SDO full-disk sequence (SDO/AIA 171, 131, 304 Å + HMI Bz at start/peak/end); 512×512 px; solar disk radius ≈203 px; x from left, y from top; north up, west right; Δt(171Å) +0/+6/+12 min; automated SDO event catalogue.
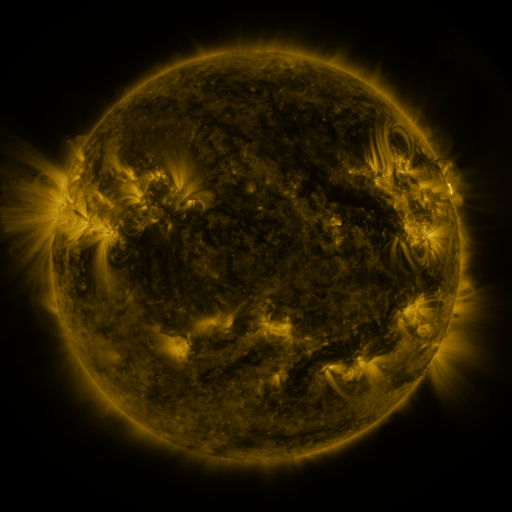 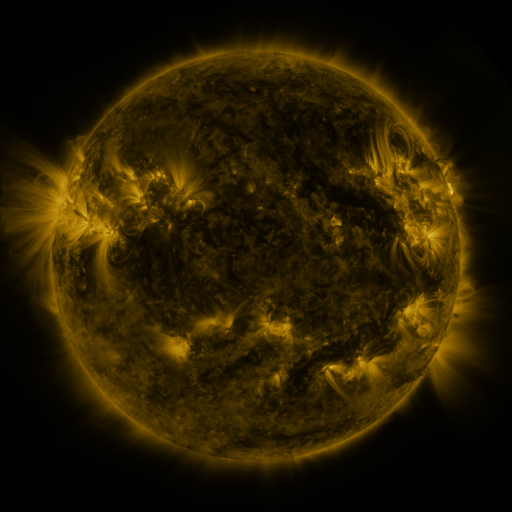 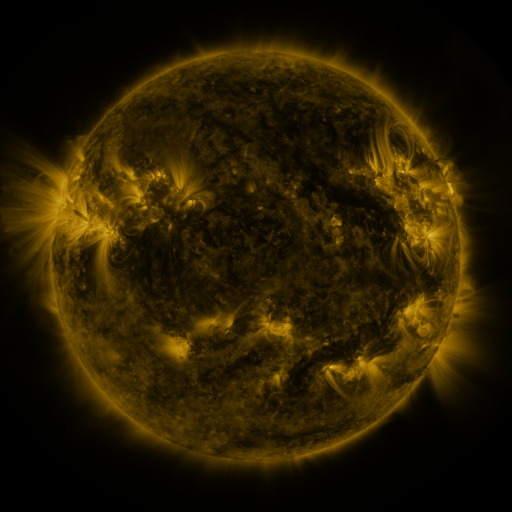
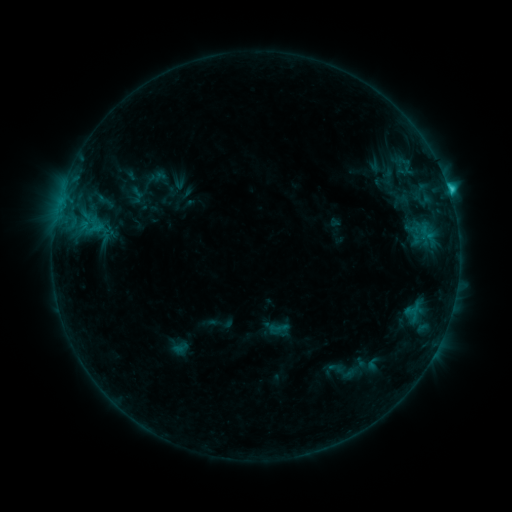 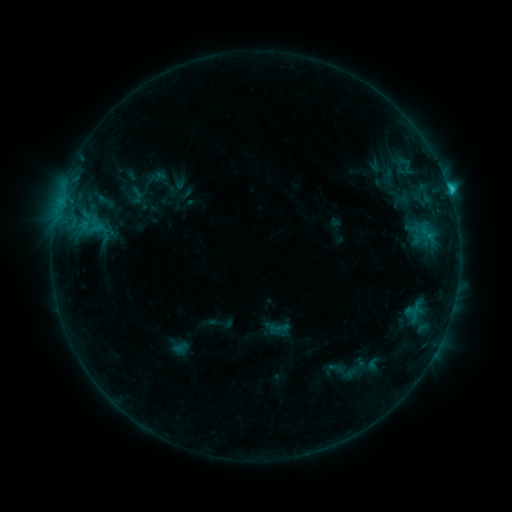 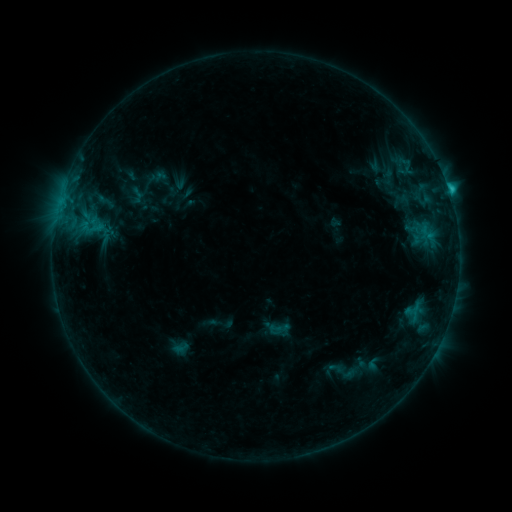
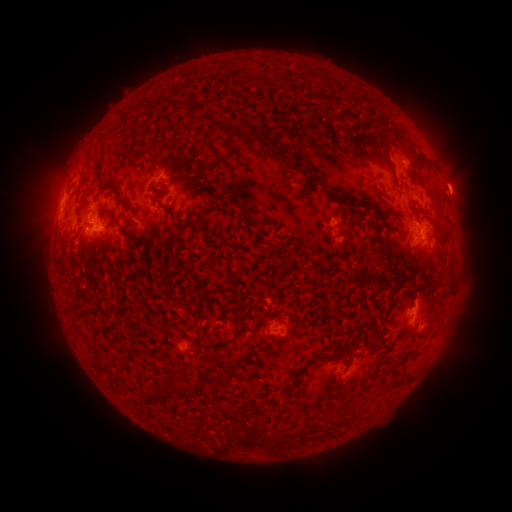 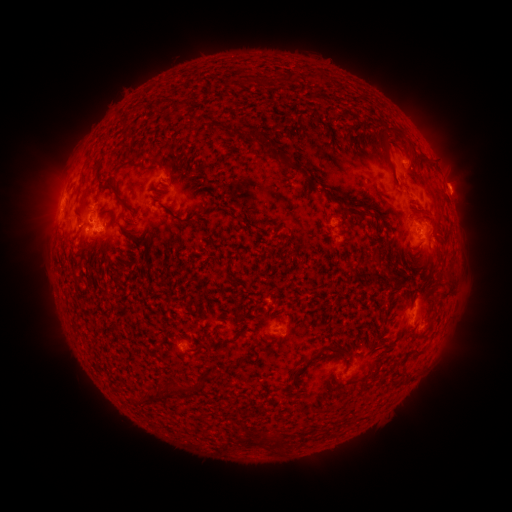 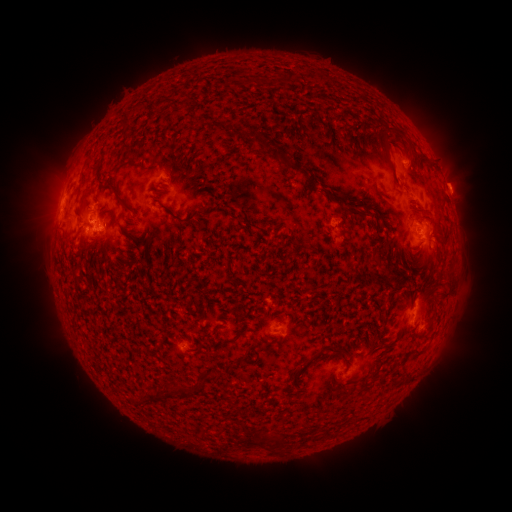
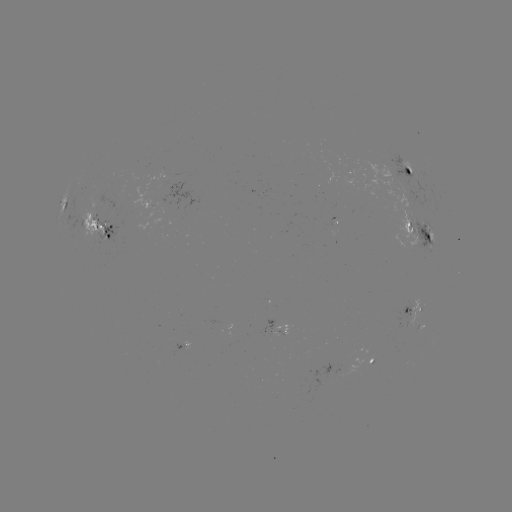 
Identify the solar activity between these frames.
nothing was catalogued: no classed flare, no EUV trigger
